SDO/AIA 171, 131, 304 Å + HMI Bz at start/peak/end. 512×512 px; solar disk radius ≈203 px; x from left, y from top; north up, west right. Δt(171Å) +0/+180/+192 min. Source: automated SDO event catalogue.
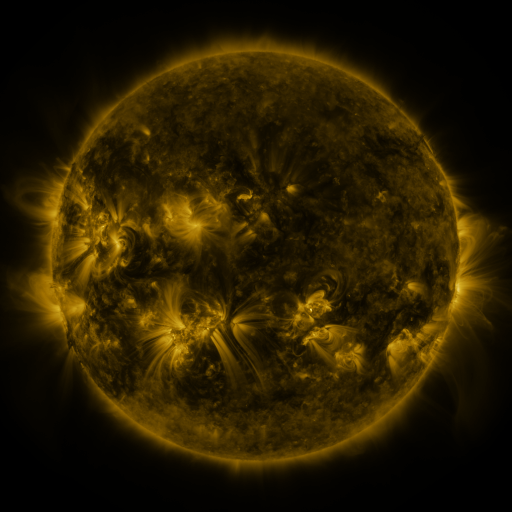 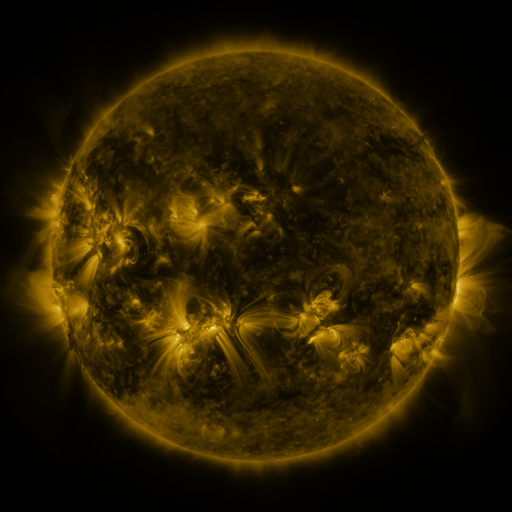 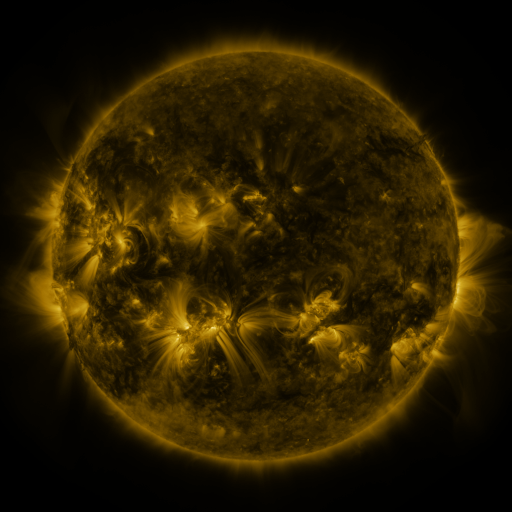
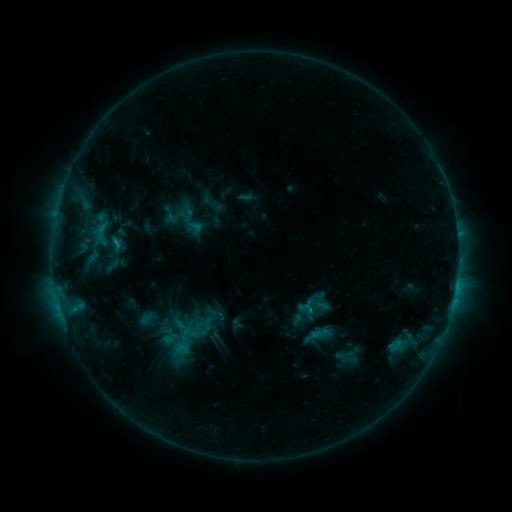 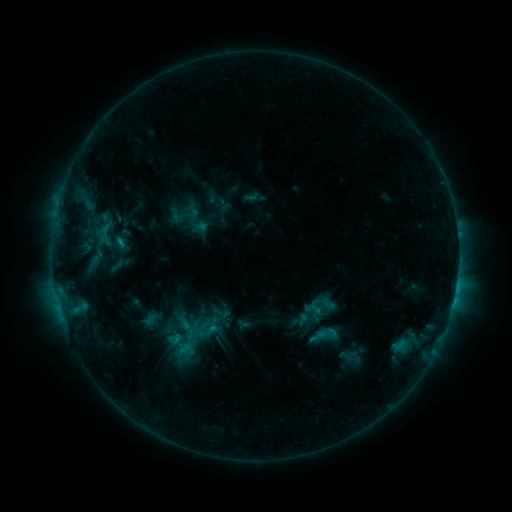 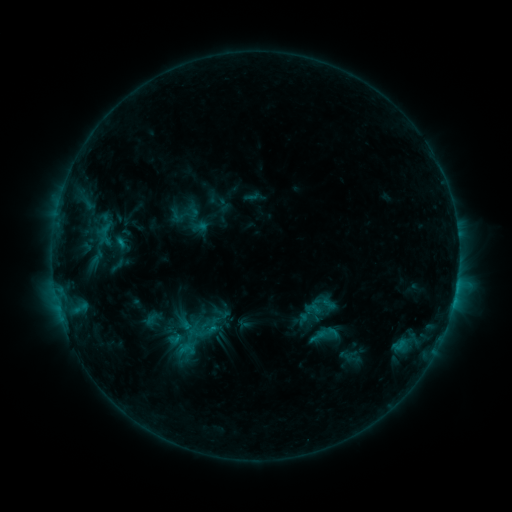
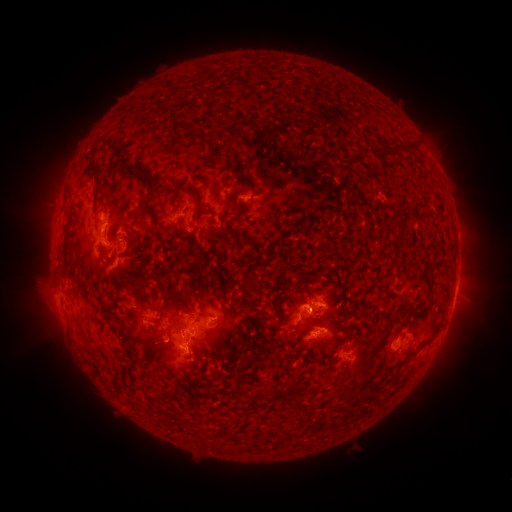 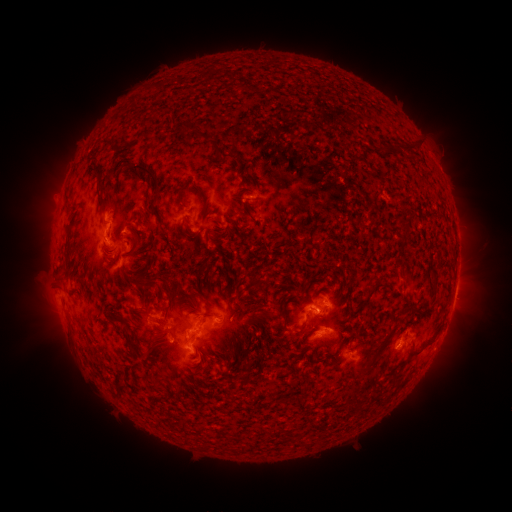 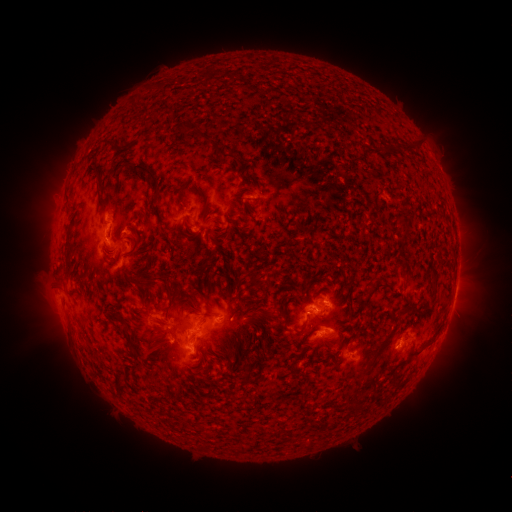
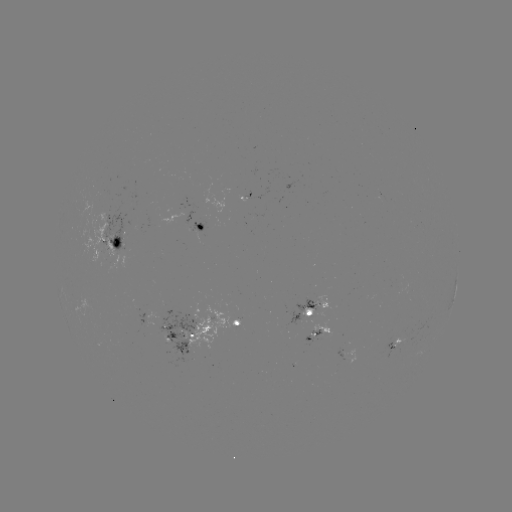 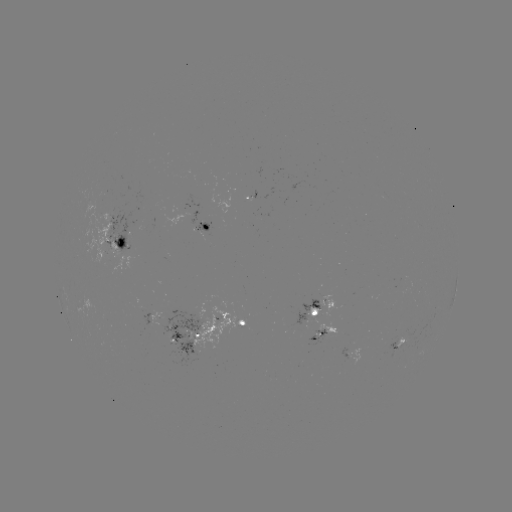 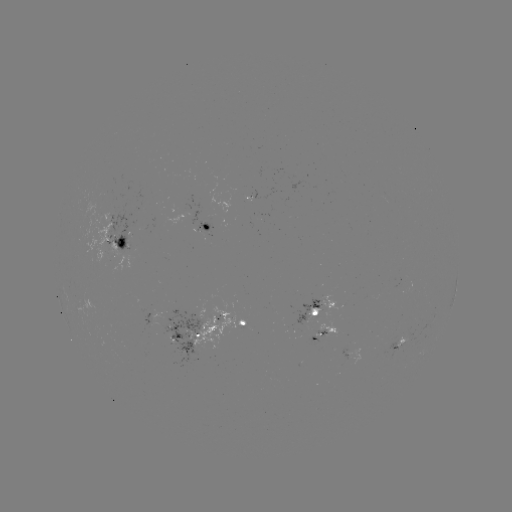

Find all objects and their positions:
emerging-flux region: (308, 314)
